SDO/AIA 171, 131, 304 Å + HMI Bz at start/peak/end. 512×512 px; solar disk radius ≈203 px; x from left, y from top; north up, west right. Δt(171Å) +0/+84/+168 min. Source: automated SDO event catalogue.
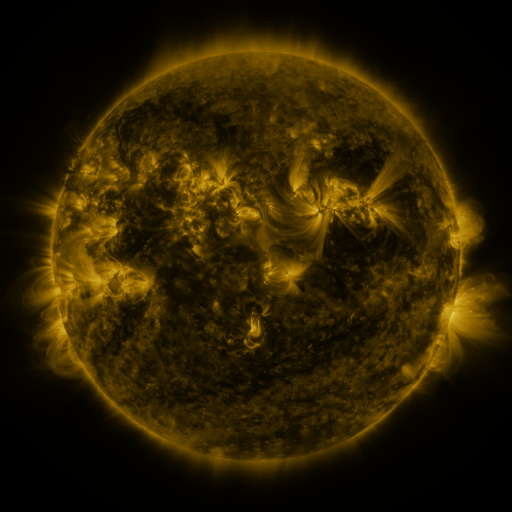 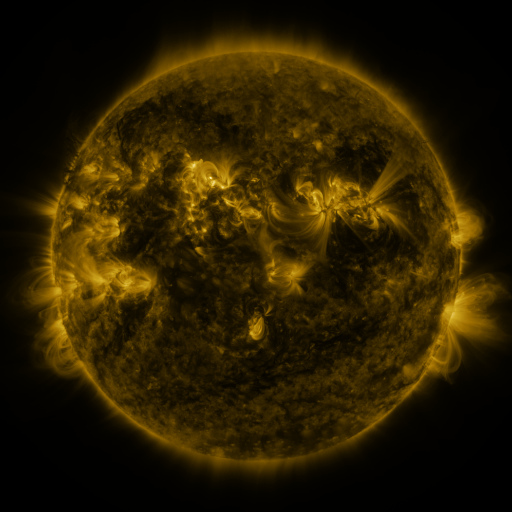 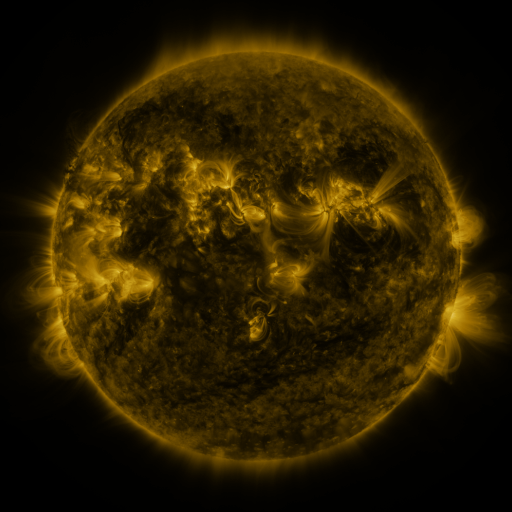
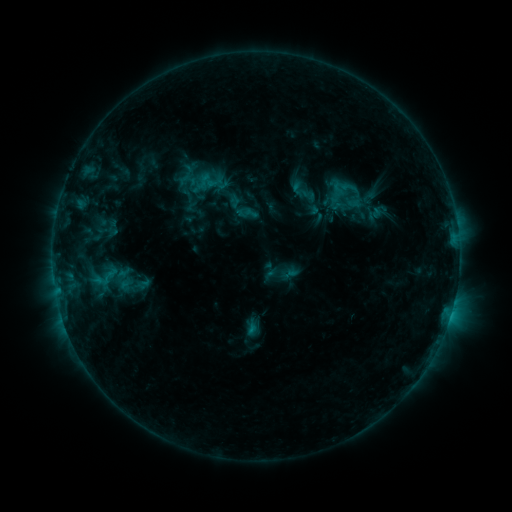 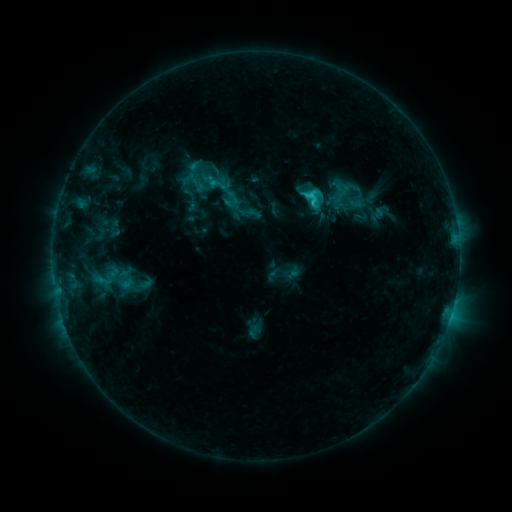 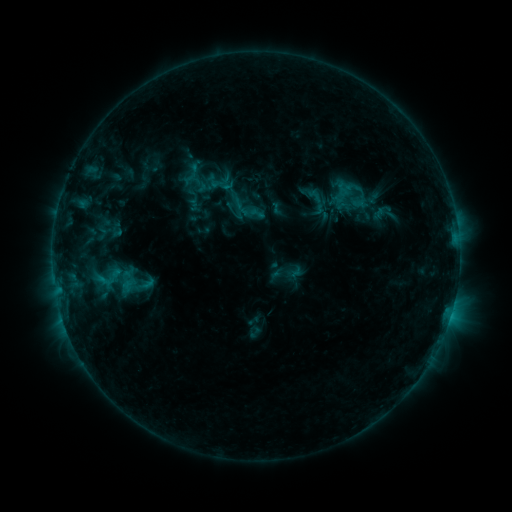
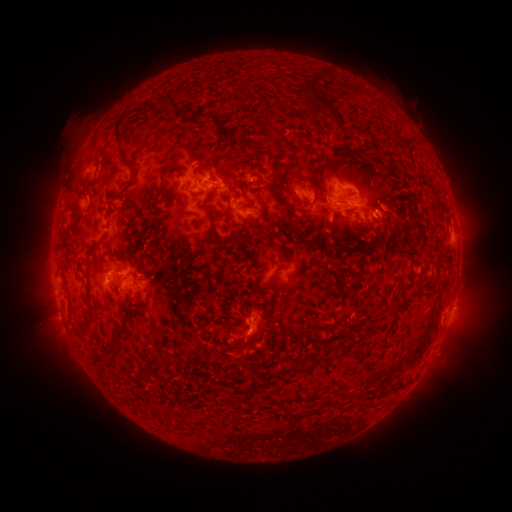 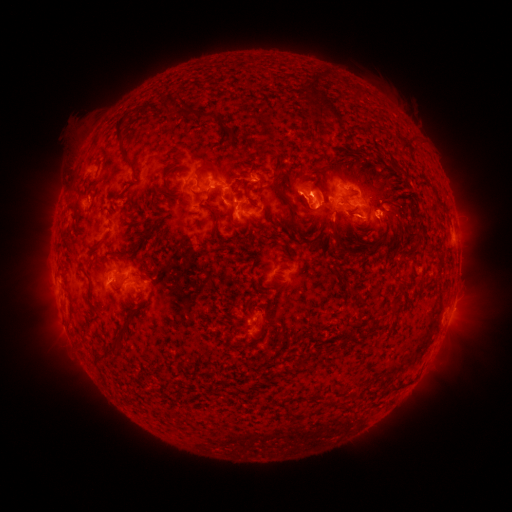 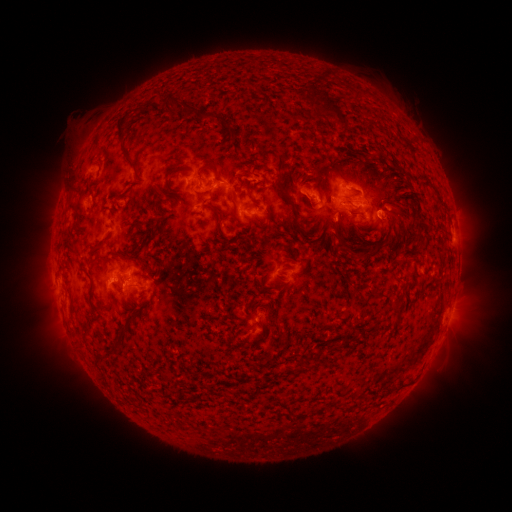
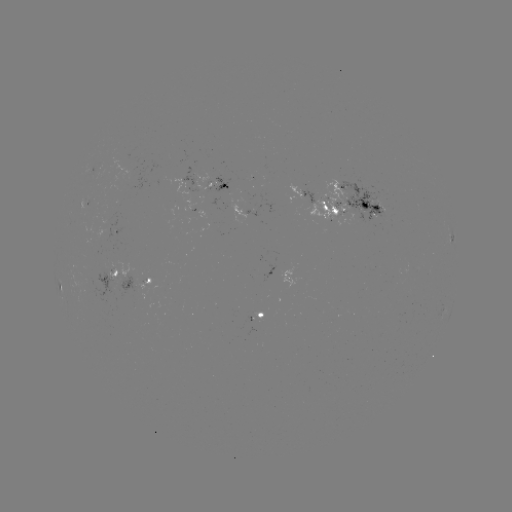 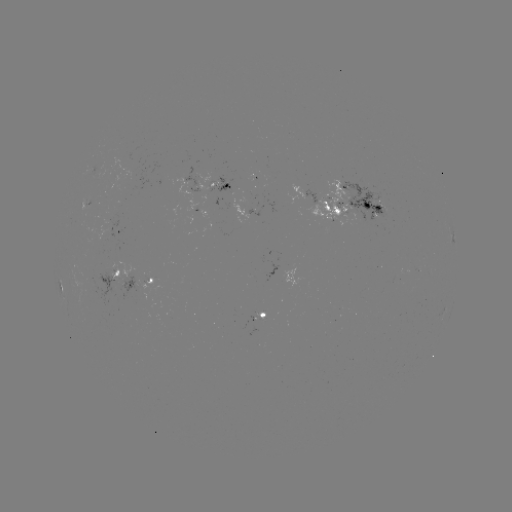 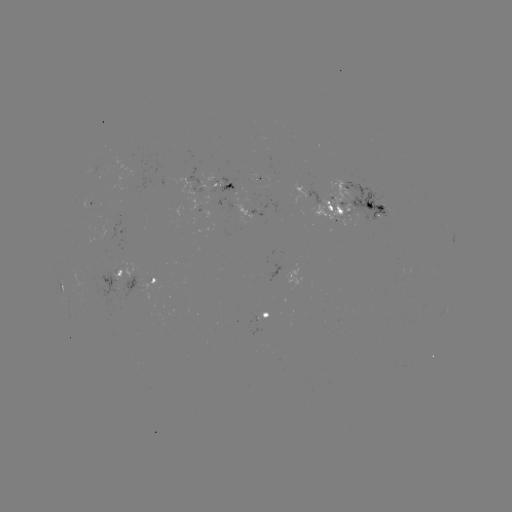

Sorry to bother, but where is filament eruption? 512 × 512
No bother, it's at [311, 178].